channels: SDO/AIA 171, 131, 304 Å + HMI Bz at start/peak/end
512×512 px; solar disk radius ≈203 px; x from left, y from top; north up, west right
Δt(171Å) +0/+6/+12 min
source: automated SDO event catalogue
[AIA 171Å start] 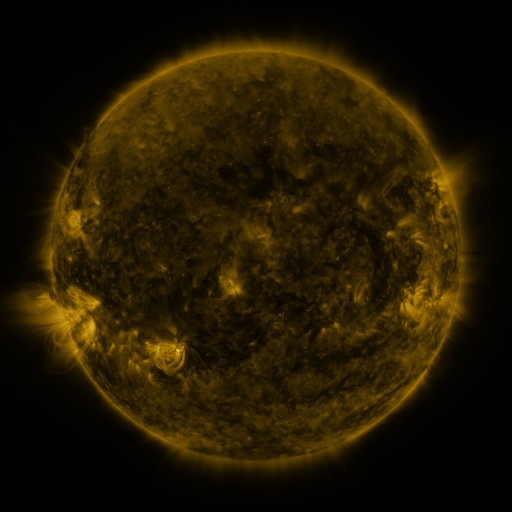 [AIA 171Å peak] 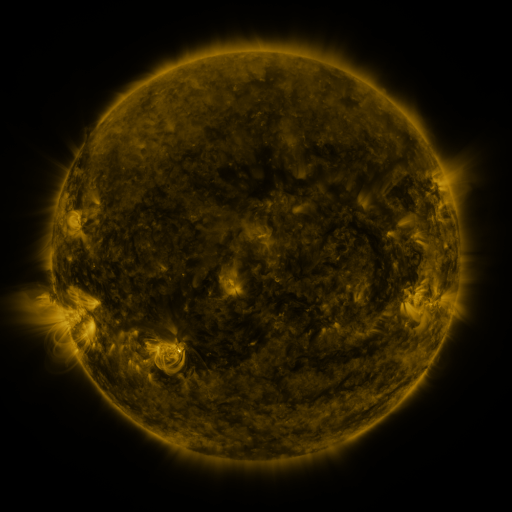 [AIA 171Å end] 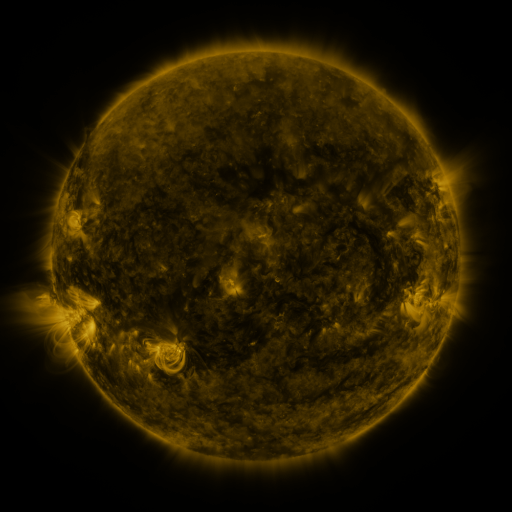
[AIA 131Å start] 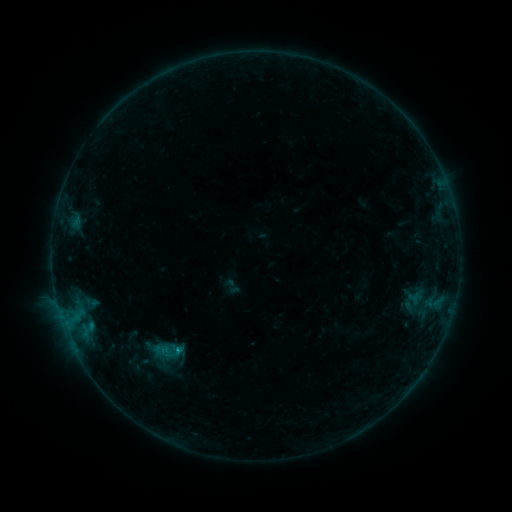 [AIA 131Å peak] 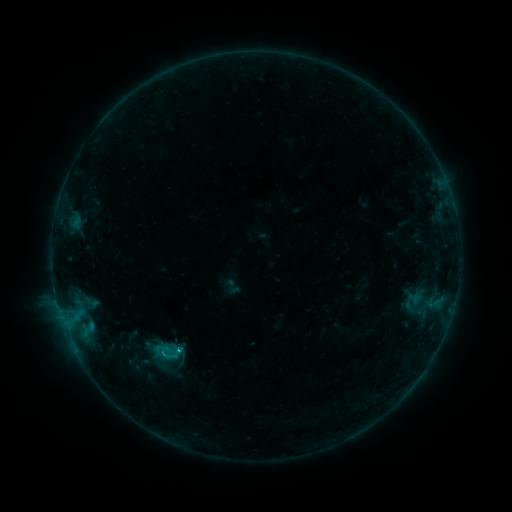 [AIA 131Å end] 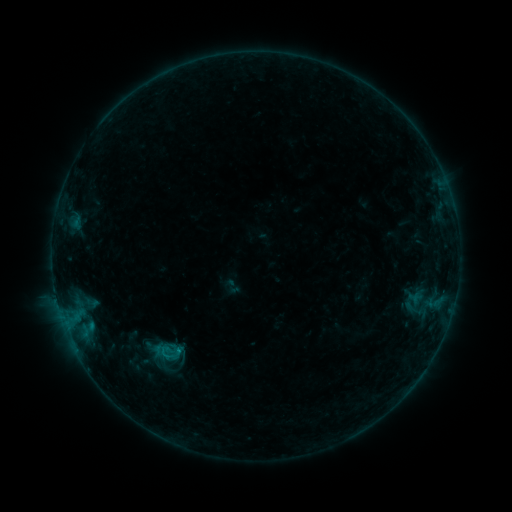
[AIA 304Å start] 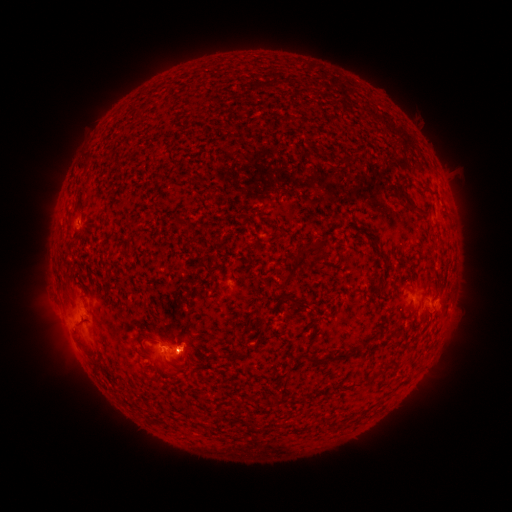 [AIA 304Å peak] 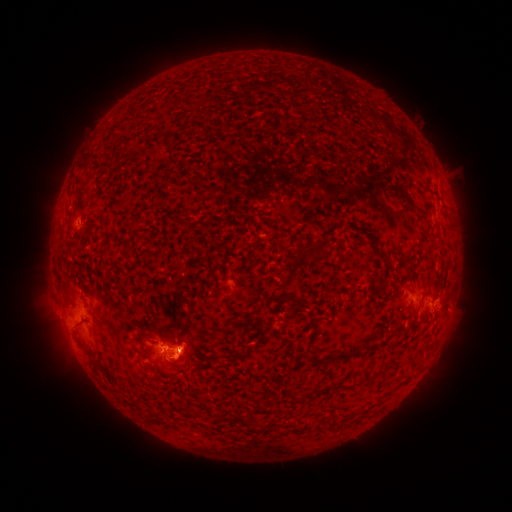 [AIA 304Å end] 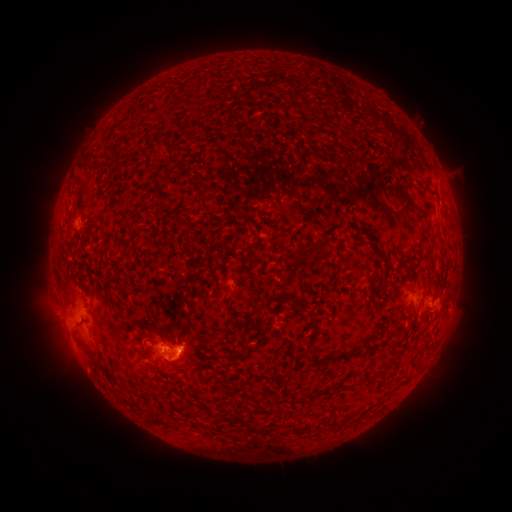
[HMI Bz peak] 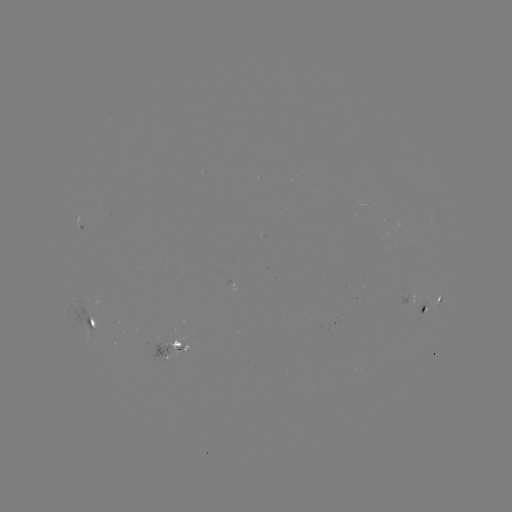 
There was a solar flare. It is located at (181, 350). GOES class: B7.7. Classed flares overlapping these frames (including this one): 1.